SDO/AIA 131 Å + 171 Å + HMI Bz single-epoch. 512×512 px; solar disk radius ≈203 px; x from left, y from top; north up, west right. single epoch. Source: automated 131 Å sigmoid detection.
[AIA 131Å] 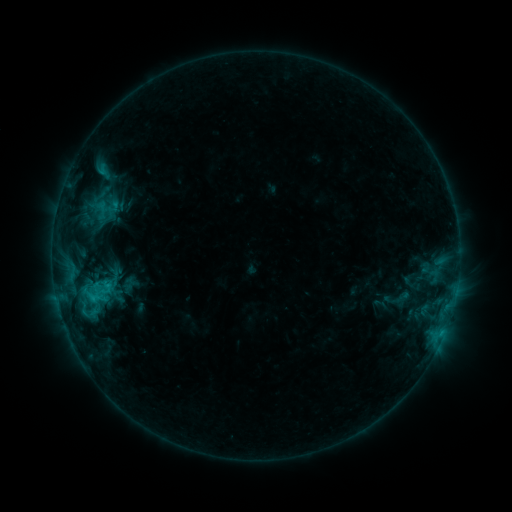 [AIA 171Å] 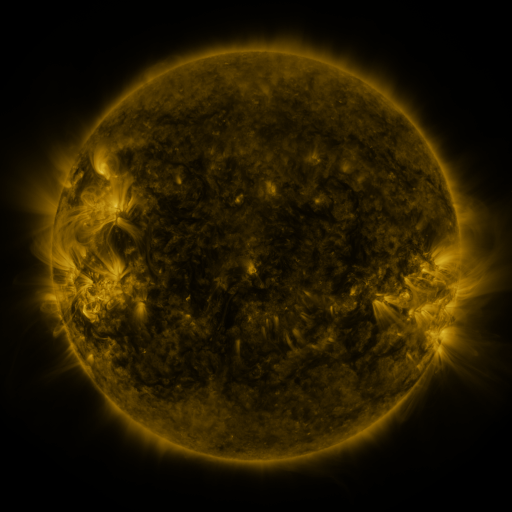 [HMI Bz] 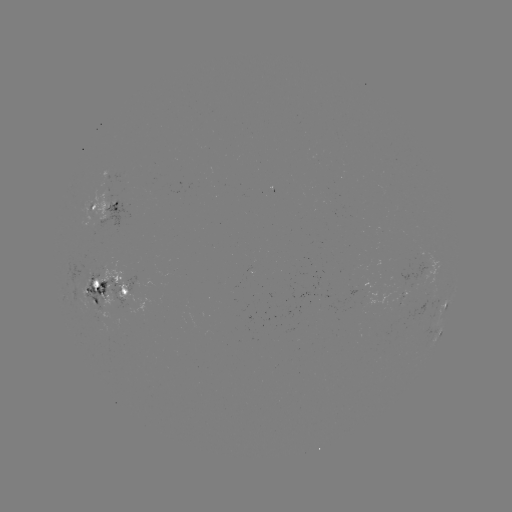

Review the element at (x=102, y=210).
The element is sigmoid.